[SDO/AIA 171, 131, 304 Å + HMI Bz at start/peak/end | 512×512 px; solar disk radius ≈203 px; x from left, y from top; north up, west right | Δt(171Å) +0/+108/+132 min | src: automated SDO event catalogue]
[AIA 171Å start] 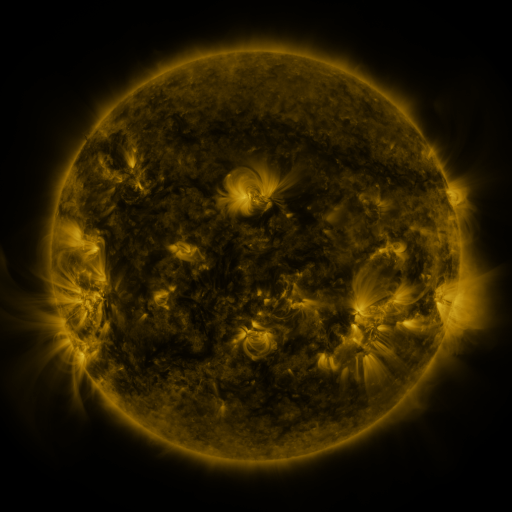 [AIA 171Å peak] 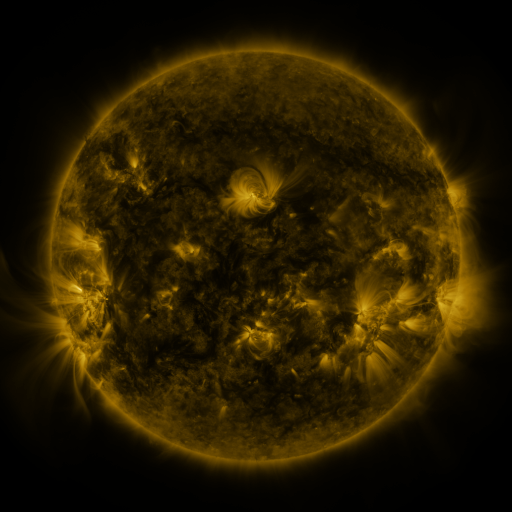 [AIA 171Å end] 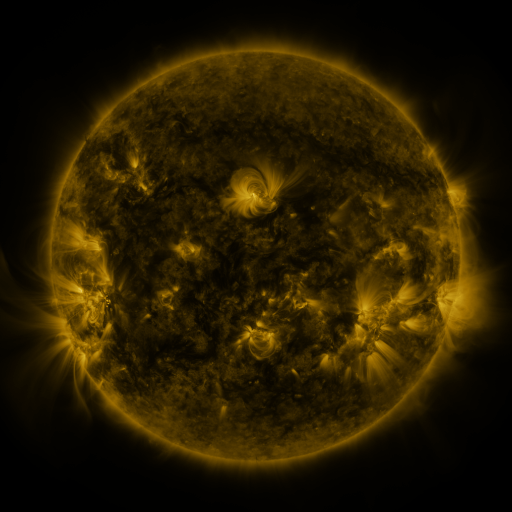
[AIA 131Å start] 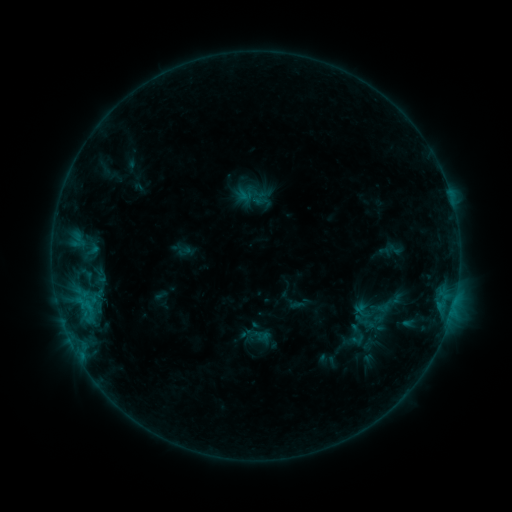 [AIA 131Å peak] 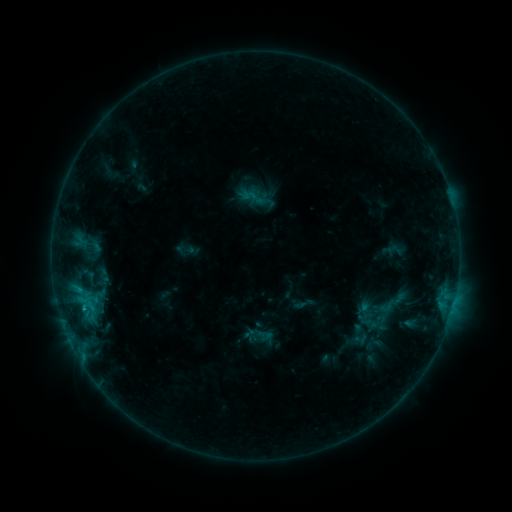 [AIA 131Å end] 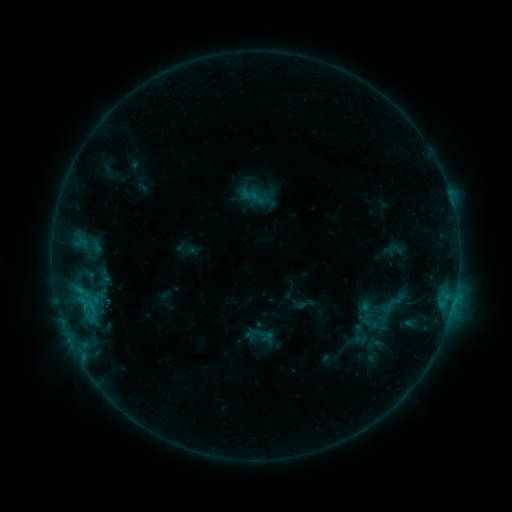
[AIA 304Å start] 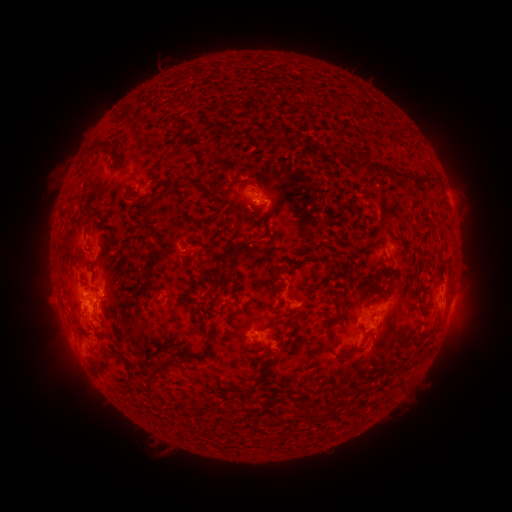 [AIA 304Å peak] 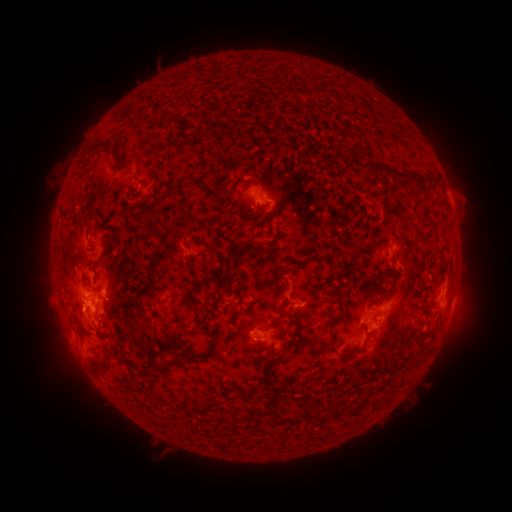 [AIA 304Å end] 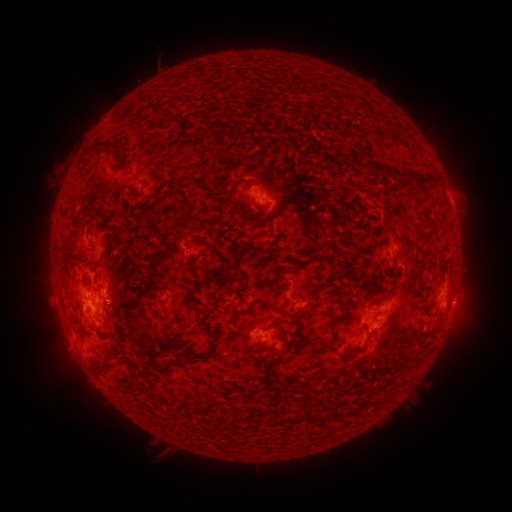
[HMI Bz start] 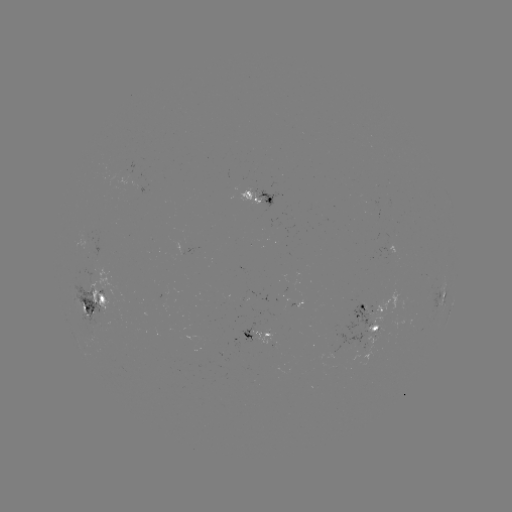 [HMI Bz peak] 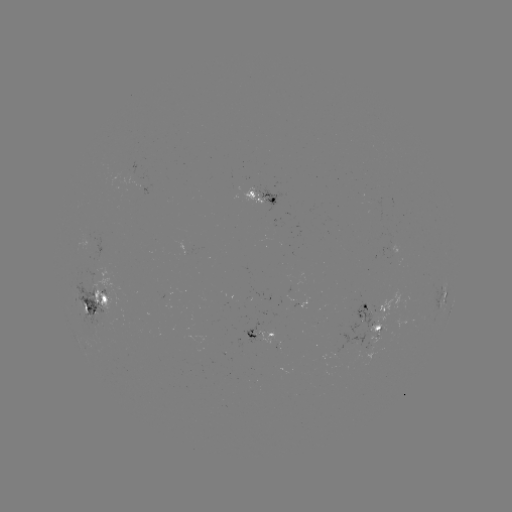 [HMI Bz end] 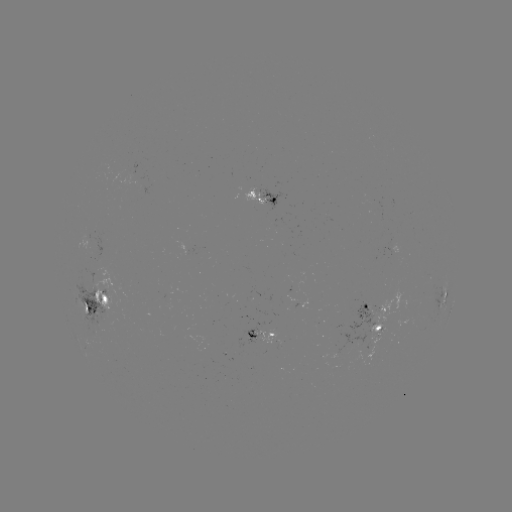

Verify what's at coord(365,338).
emerging-flux region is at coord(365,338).